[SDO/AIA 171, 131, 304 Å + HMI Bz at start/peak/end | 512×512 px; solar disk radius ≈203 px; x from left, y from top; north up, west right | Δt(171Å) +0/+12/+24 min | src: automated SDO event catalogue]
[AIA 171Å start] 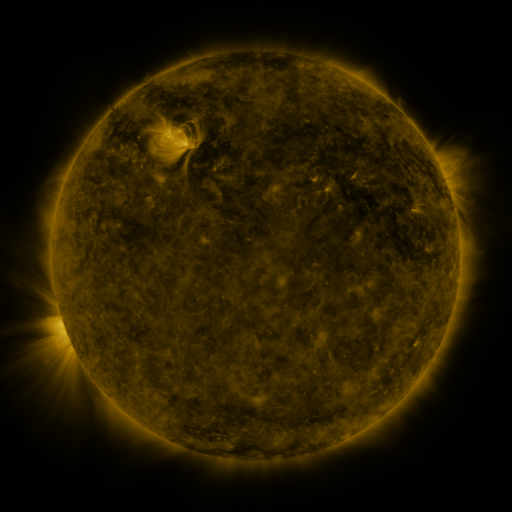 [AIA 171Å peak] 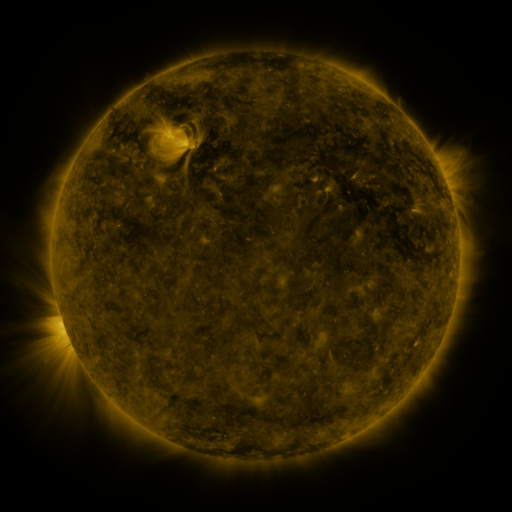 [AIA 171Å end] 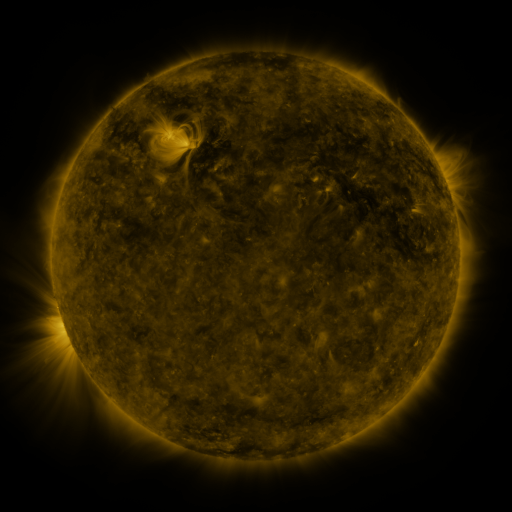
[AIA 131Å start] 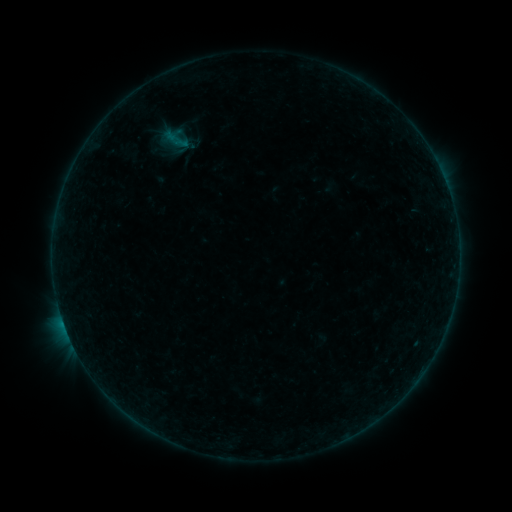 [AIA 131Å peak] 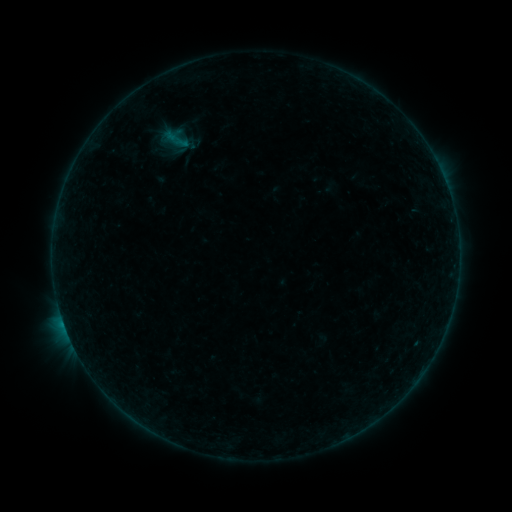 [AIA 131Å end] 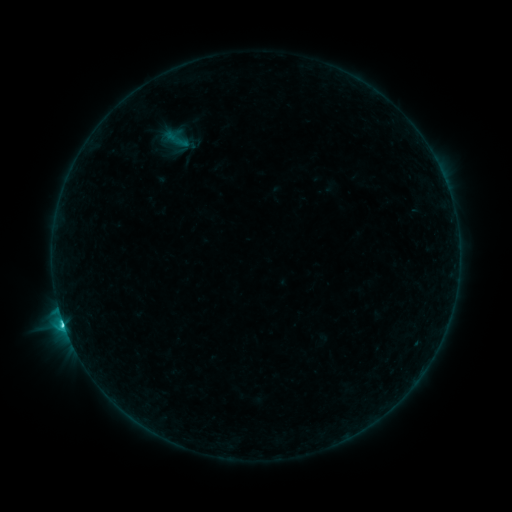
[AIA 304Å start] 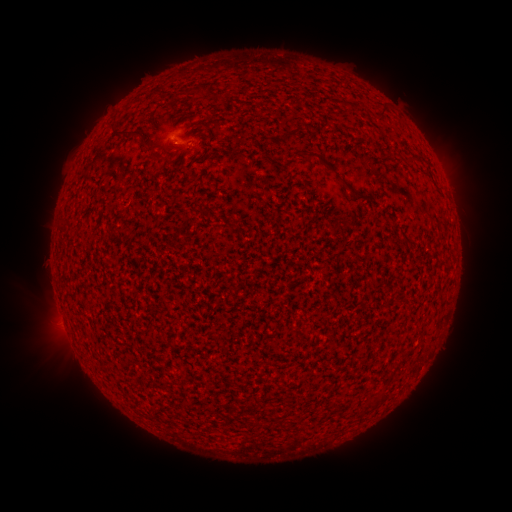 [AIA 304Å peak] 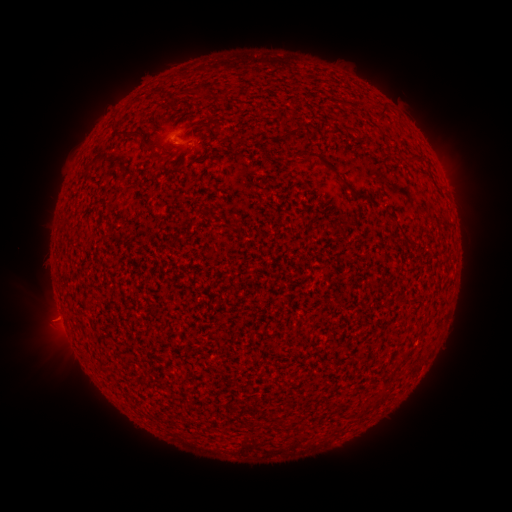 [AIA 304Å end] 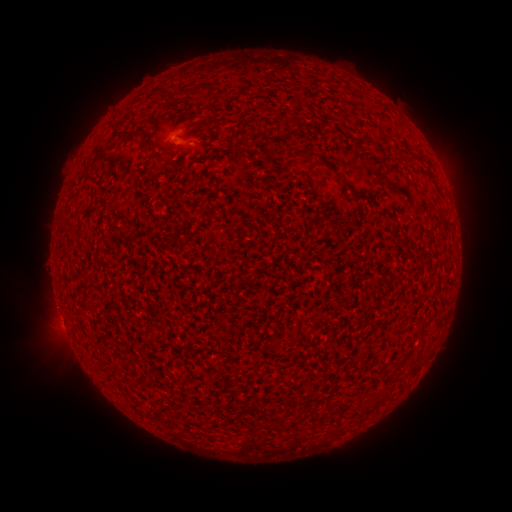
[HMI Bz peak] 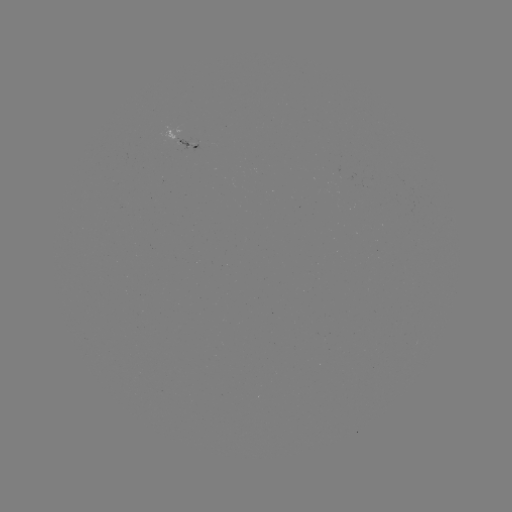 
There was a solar eruption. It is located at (50, 325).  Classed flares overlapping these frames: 1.